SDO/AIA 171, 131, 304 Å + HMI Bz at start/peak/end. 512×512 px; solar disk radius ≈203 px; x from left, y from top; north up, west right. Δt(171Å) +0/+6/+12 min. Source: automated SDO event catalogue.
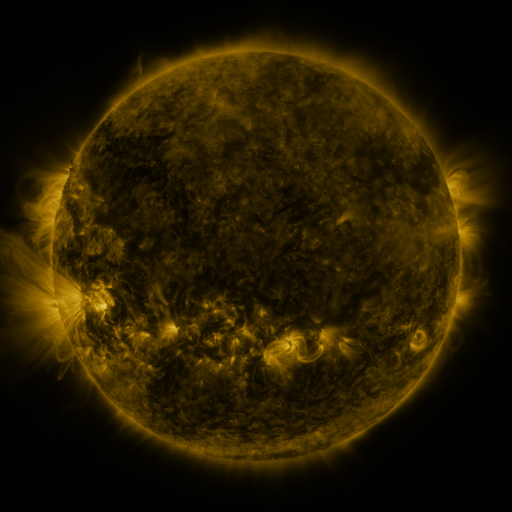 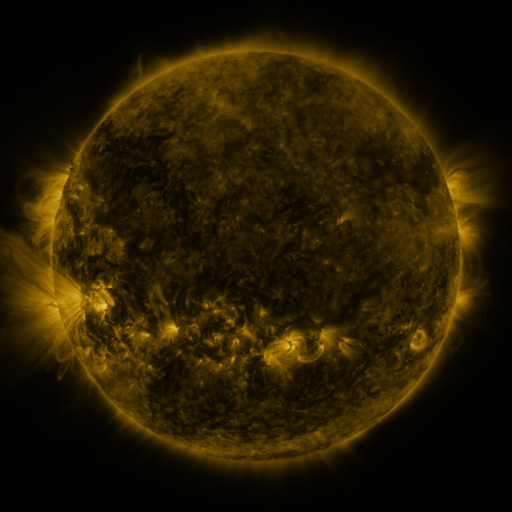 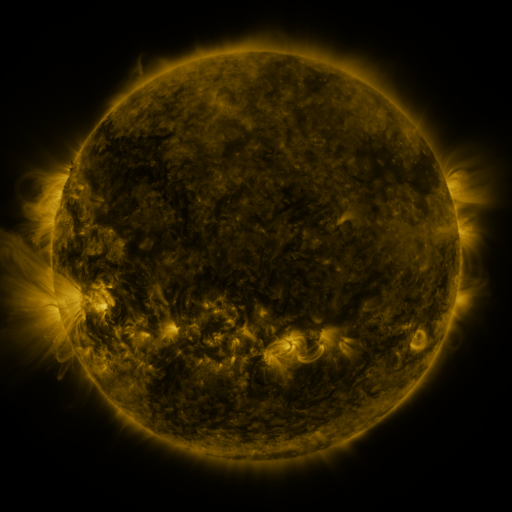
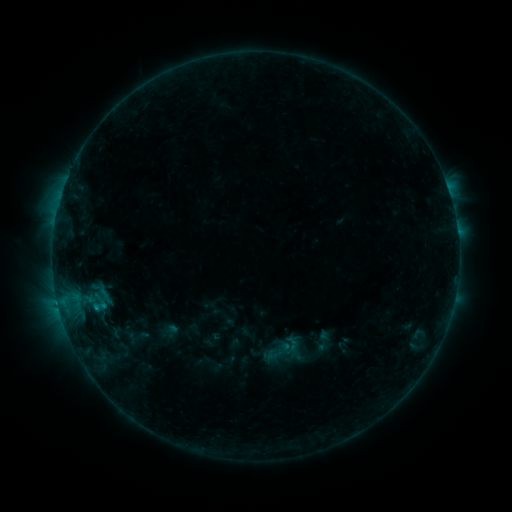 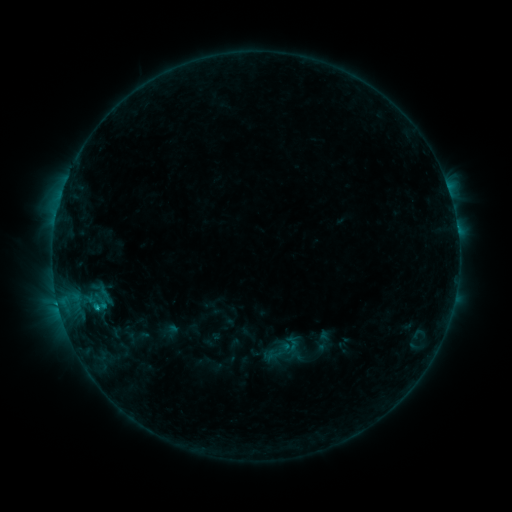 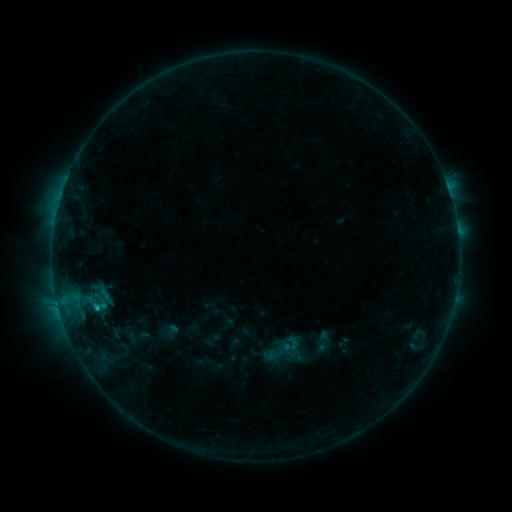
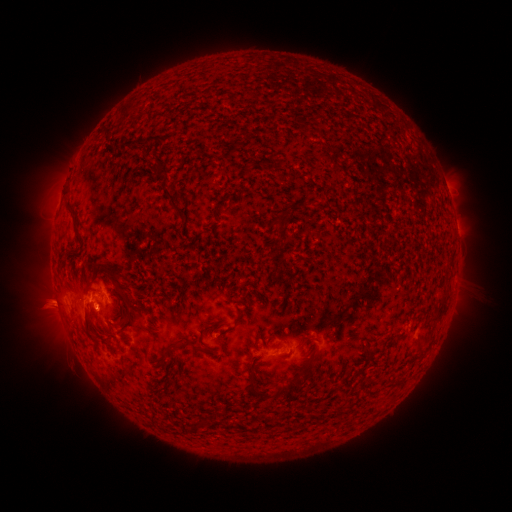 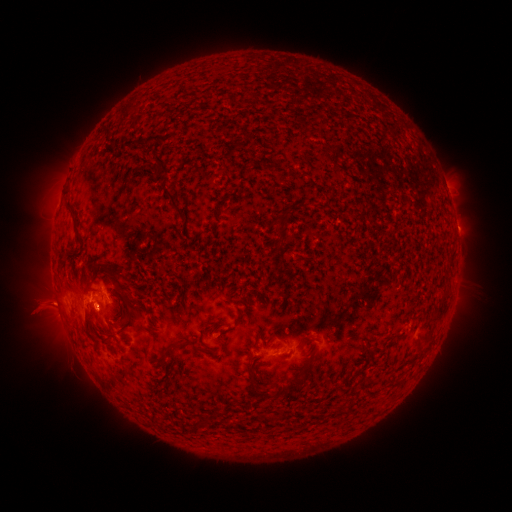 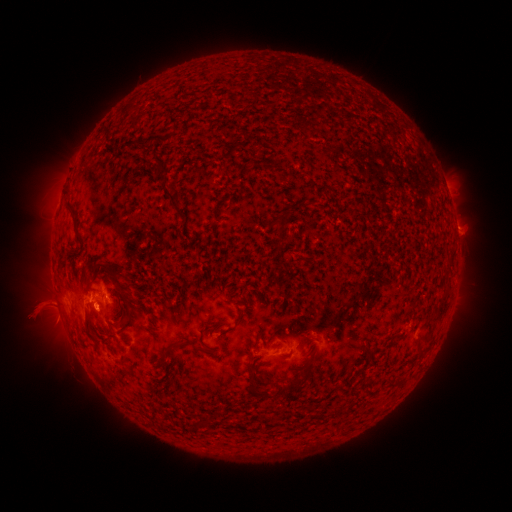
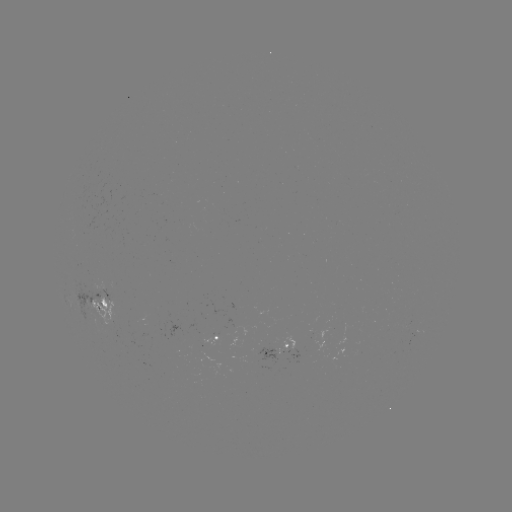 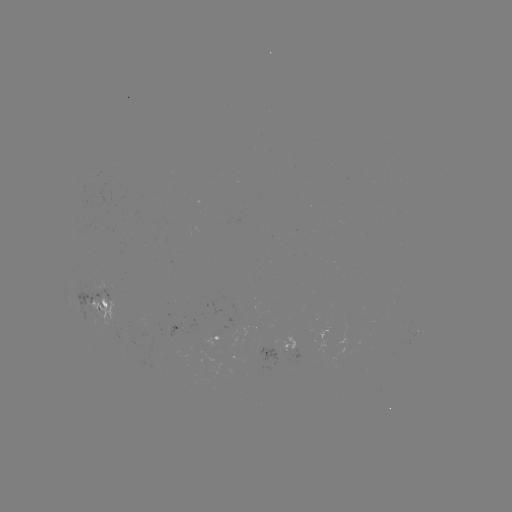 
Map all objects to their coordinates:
C1.0 flare: (98, 307)
